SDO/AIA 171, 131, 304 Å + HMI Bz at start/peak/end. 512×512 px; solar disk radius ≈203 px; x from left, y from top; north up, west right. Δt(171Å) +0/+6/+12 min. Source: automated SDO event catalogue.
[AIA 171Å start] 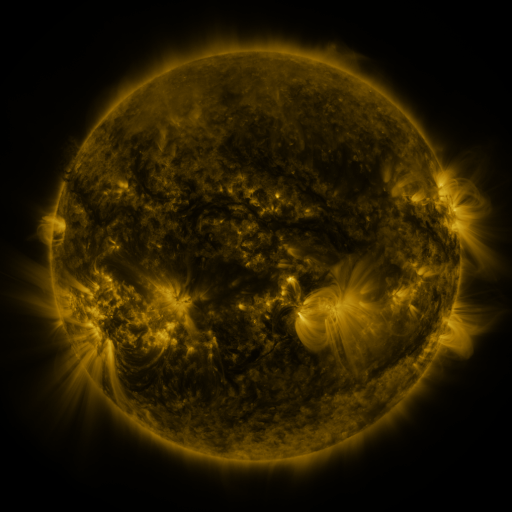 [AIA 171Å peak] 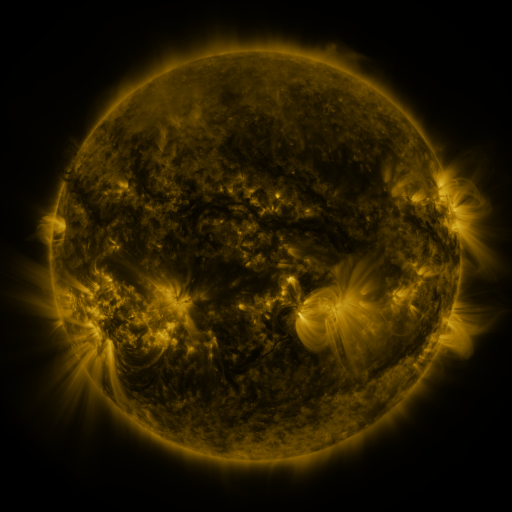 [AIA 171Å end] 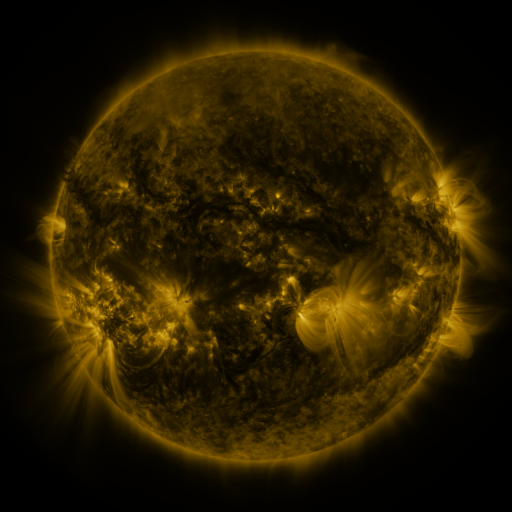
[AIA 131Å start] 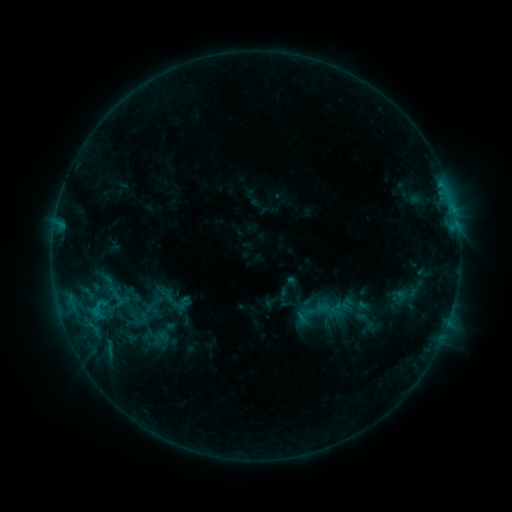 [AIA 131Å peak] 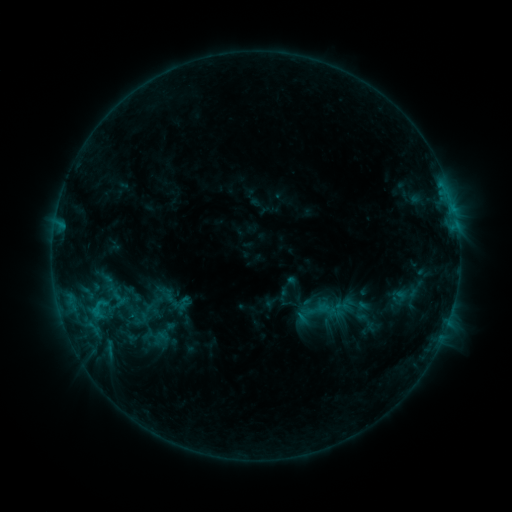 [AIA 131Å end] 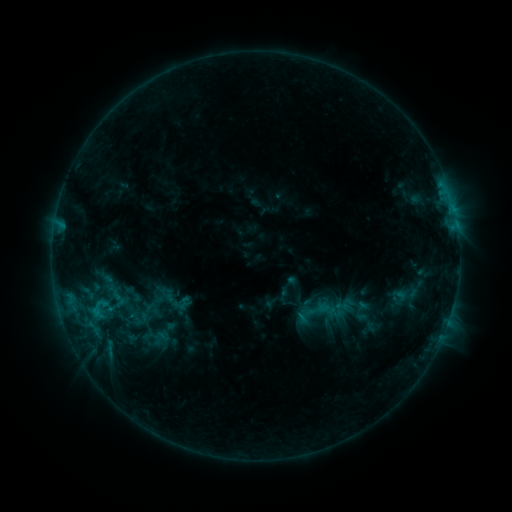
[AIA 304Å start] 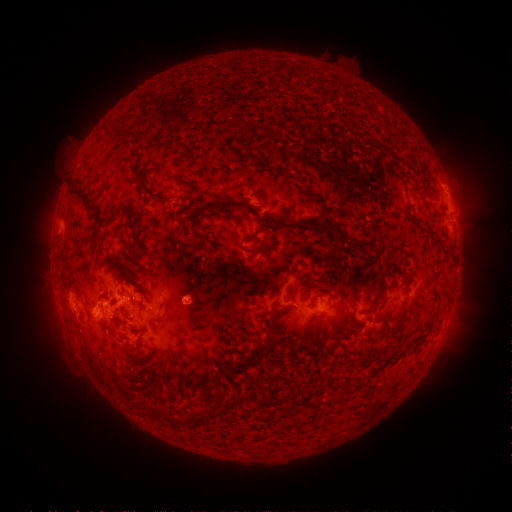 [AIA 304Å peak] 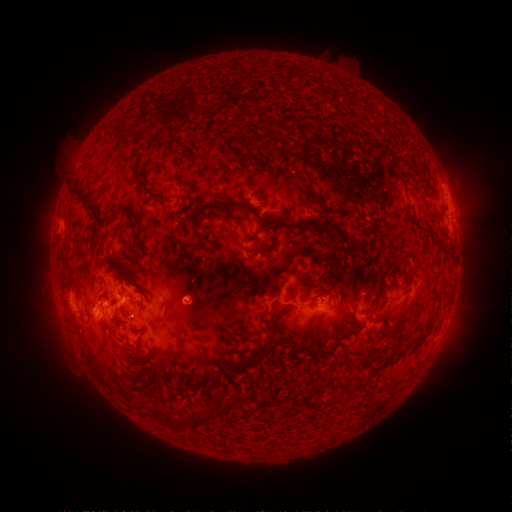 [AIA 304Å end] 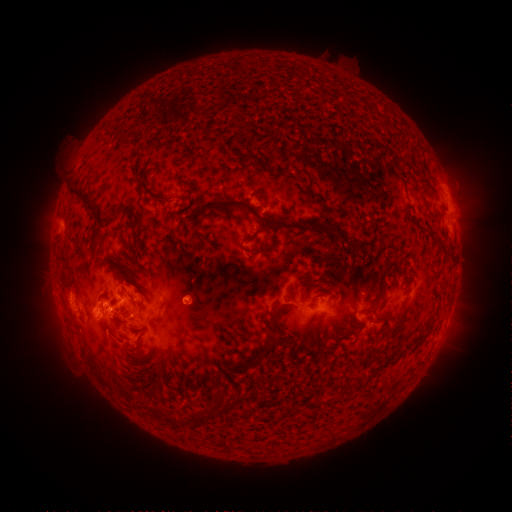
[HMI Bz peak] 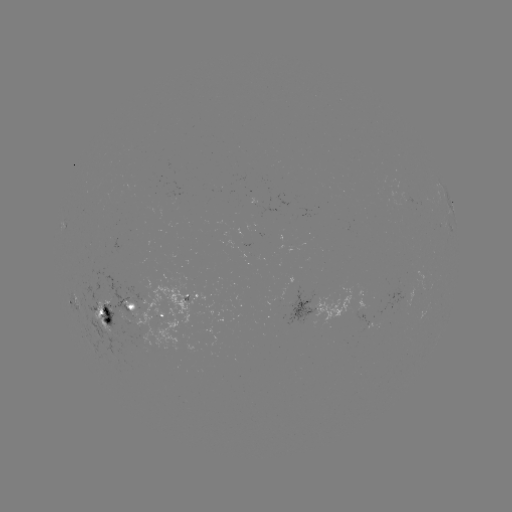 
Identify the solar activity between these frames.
no classed flare was catalogued and no EUV brightening was flagged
